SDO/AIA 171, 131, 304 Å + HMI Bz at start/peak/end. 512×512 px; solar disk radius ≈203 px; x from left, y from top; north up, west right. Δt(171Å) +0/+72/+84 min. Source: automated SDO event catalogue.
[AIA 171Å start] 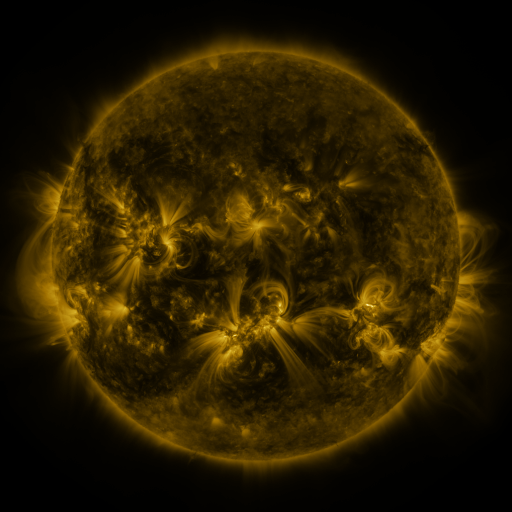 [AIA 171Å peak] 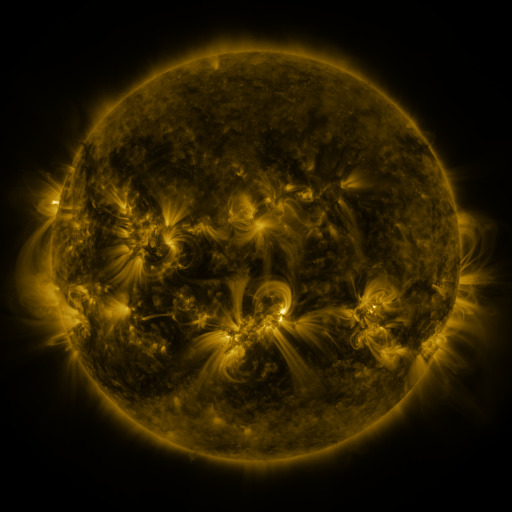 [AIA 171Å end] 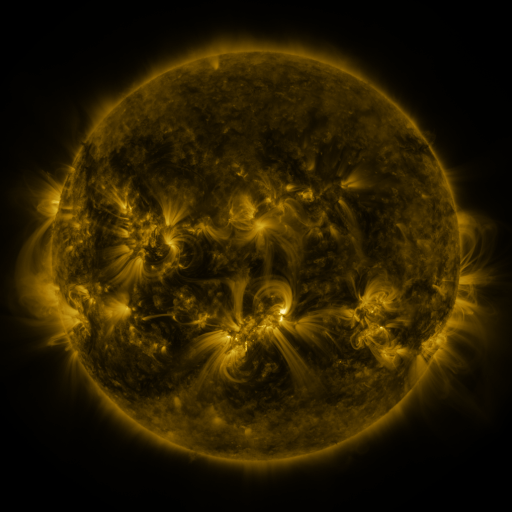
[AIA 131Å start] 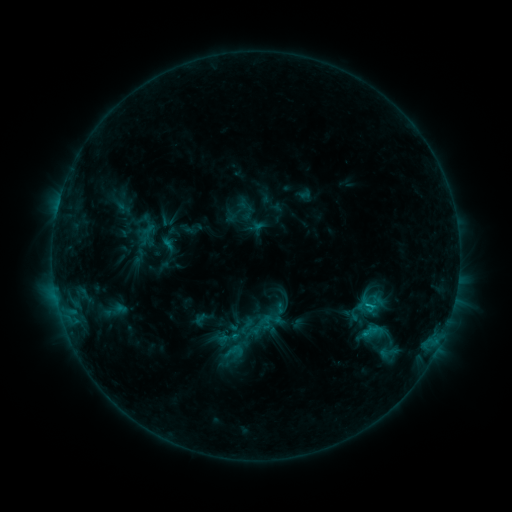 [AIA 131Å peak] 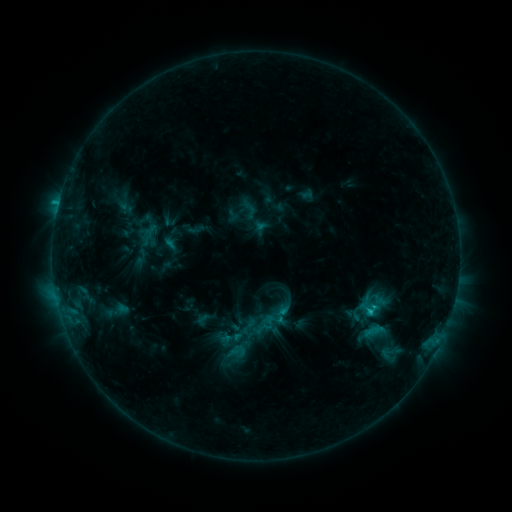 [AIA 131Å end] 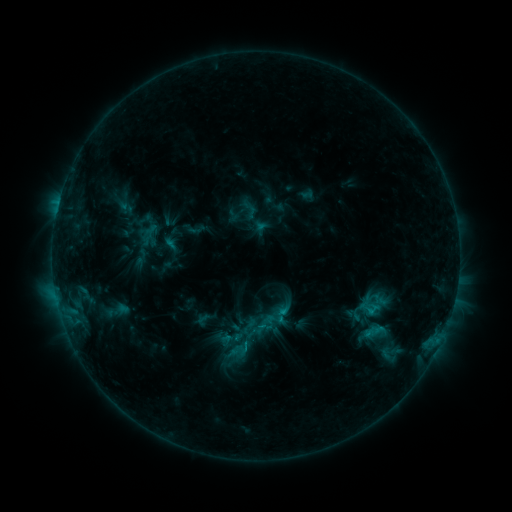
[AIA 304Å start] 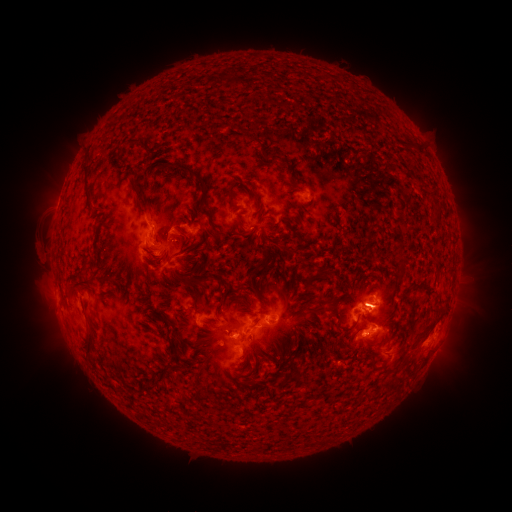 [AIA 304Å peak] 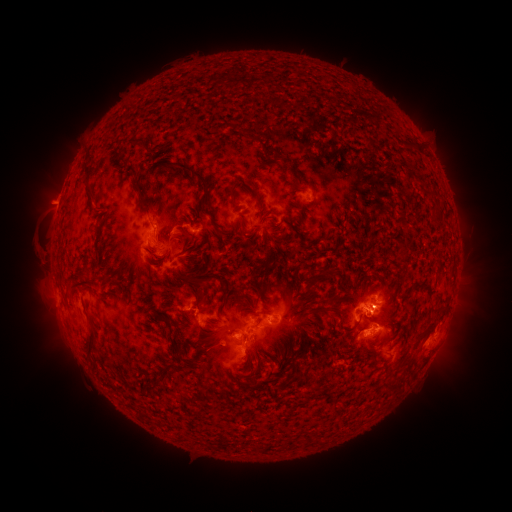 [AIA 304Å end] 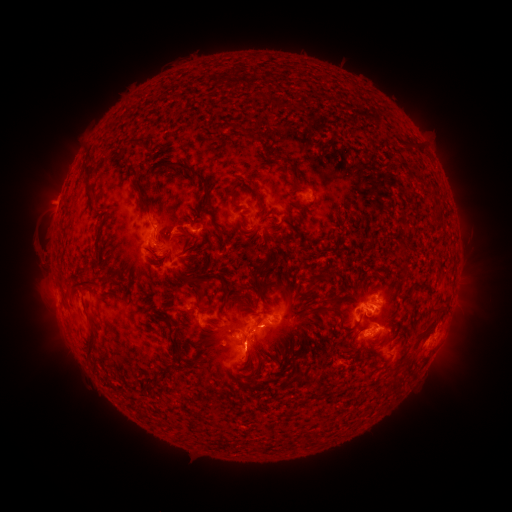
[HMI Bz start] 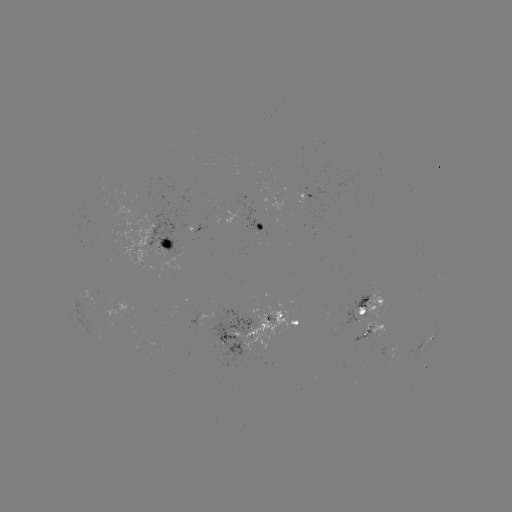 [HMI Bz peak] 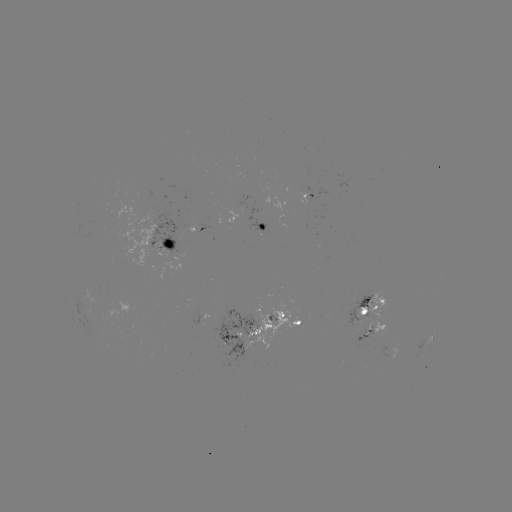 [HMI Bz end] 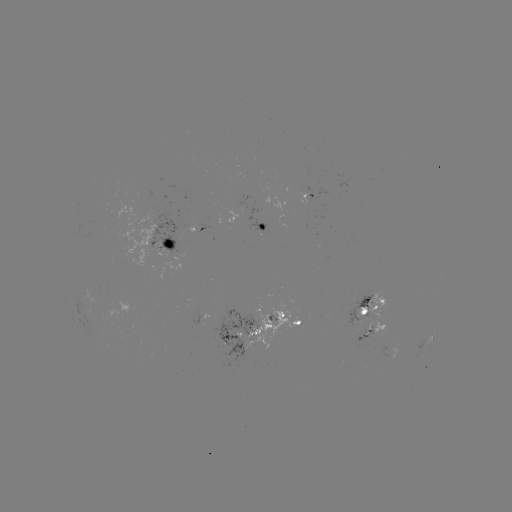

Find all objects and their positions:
emerging-flux region: (162, 238)
